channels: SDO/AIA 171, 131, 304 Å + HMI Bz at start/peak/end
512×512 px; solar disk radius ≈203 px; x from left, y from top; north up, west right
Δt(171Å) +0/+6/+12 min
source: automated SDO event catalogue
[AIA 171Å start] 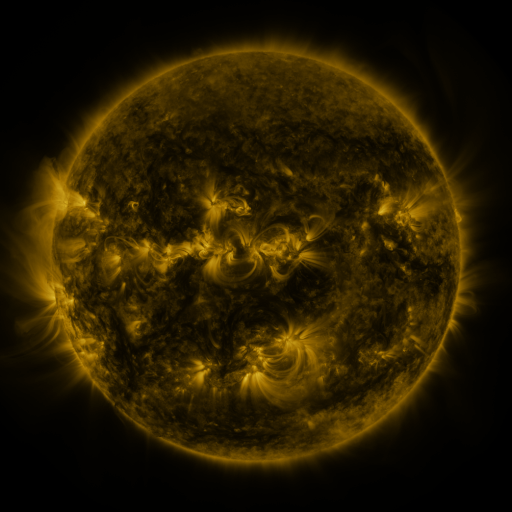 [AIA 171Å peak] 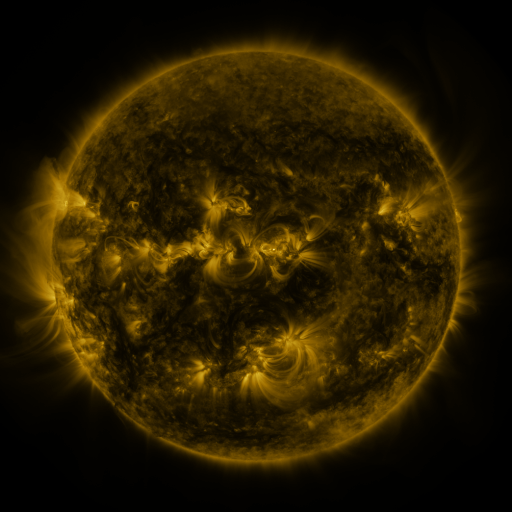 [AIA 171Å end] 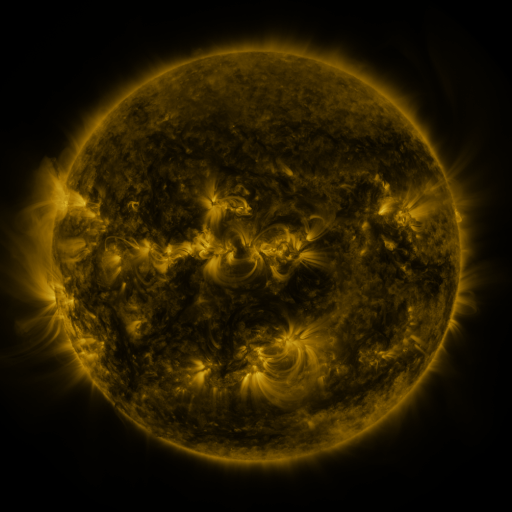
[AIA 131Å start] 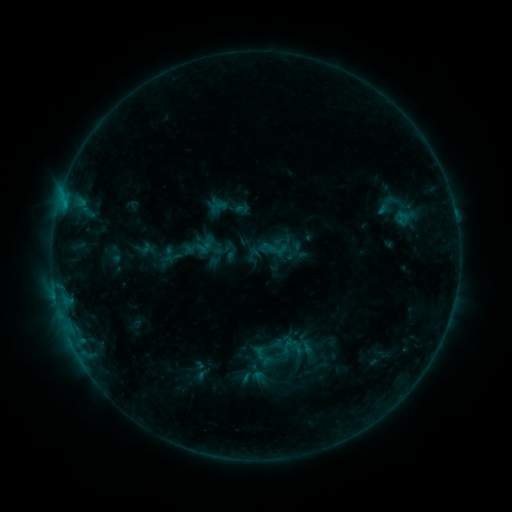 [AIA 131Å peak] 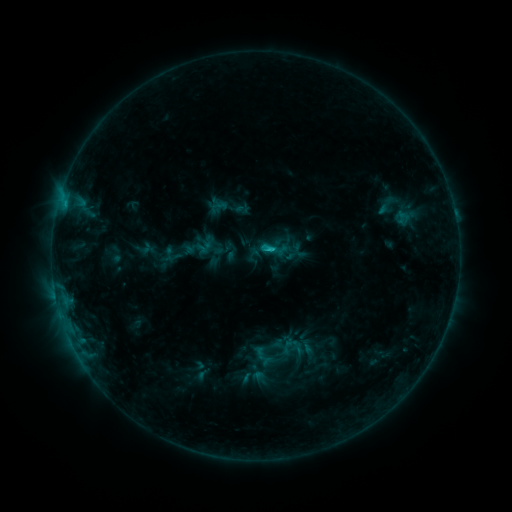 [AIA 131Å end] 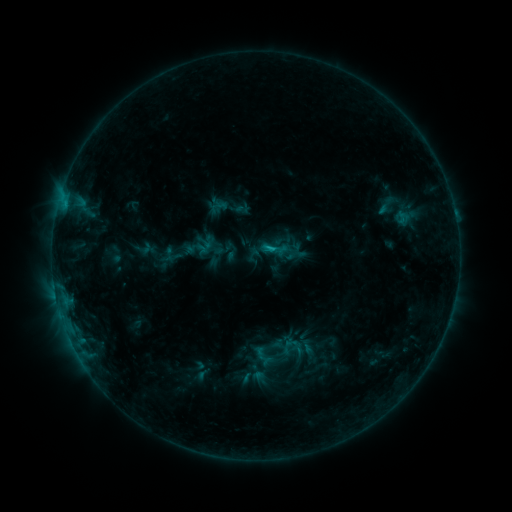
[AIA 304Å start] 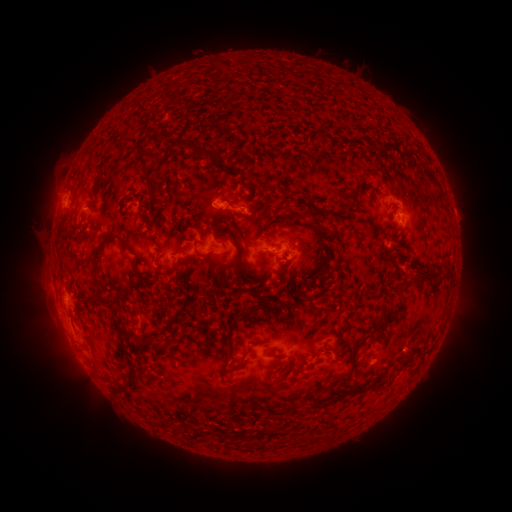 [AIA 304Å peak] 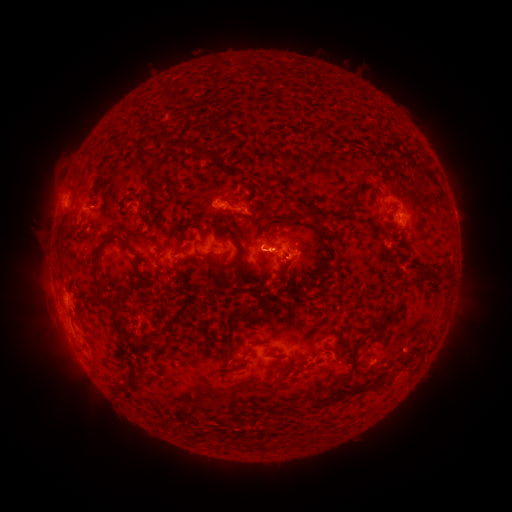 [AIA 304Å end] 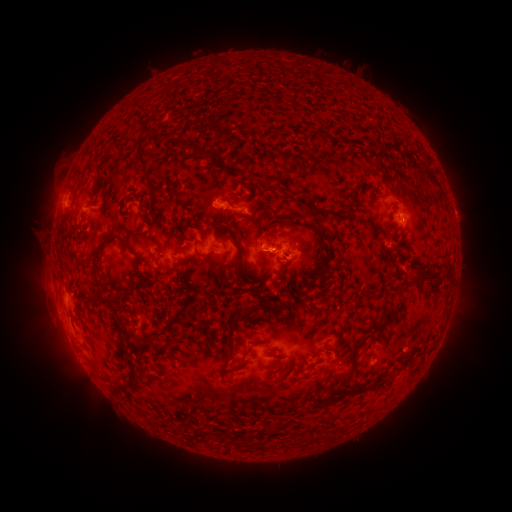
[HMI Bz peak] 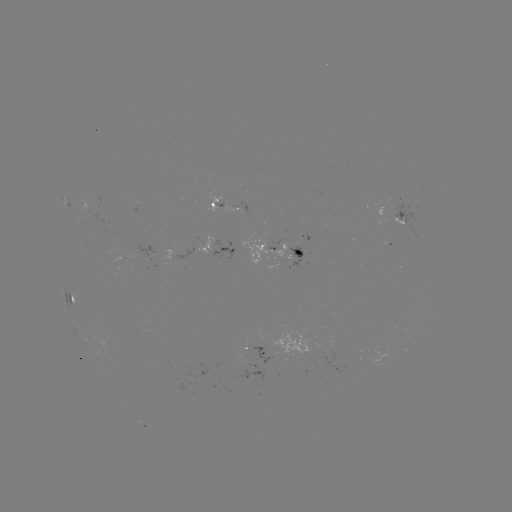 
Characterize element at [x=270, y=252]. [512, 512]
C1.1 flare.